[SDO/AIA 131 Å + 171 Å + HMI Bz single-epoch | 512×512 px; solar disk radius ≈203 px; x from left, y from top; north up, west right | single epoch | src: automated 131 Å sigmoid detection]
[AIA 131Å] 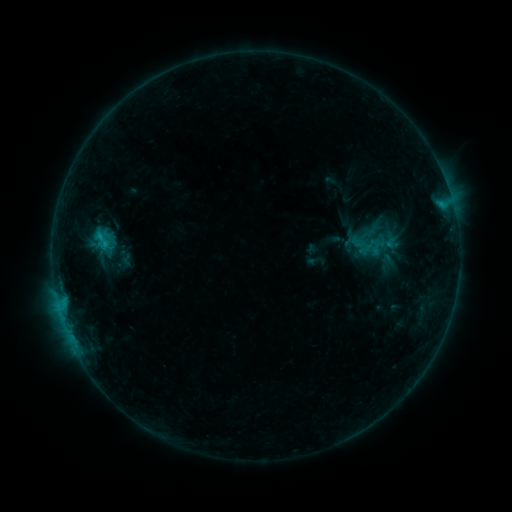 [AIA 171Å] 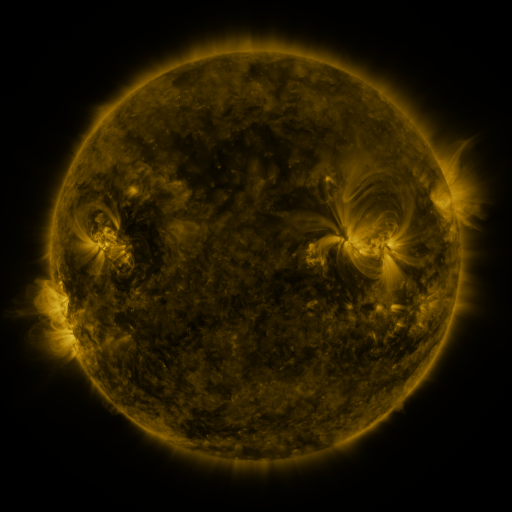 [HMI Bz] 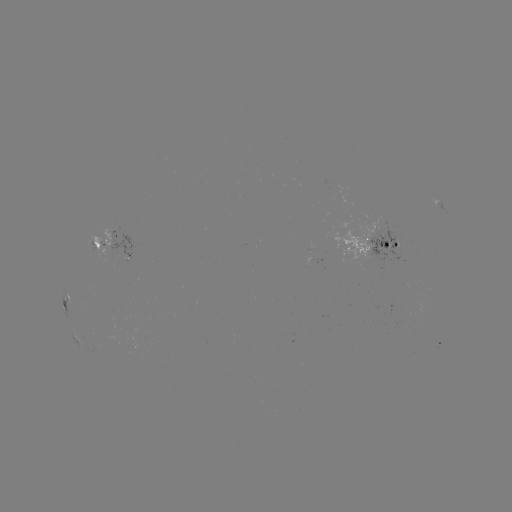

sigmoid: <bbox>93, 230, 111, 250</bbox>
